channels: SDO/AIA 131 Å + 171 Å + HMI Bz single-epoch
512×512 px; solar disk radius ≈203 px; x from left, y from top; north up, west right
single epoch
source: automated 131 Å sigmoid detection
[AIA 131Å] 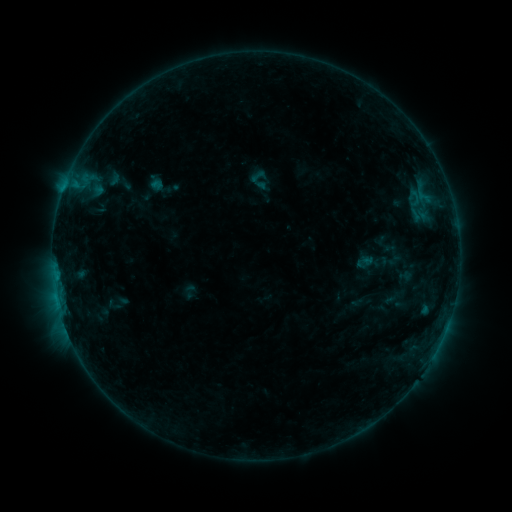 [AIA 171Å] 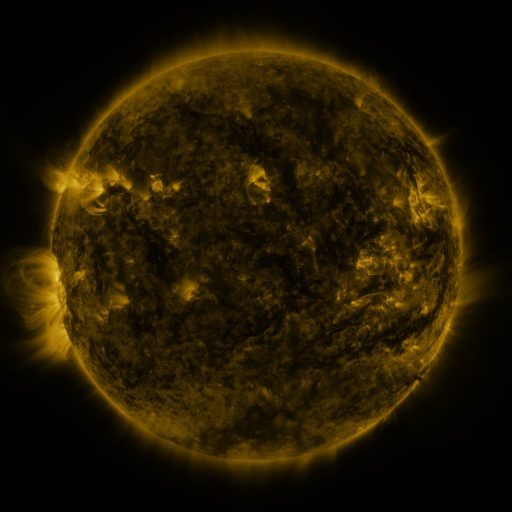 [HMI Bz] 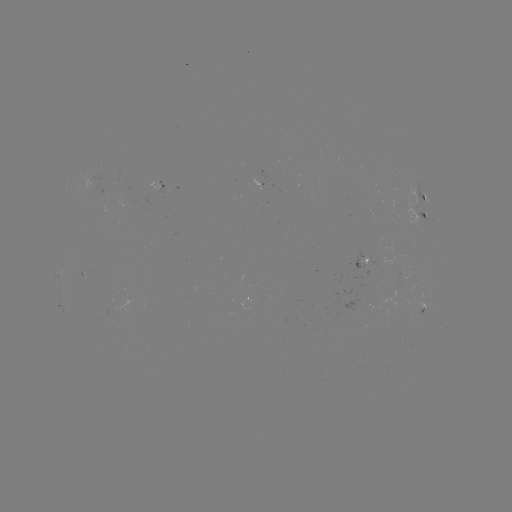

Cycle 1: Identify sigmoid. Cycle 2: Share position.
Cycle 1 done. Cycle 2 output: [258, 176].